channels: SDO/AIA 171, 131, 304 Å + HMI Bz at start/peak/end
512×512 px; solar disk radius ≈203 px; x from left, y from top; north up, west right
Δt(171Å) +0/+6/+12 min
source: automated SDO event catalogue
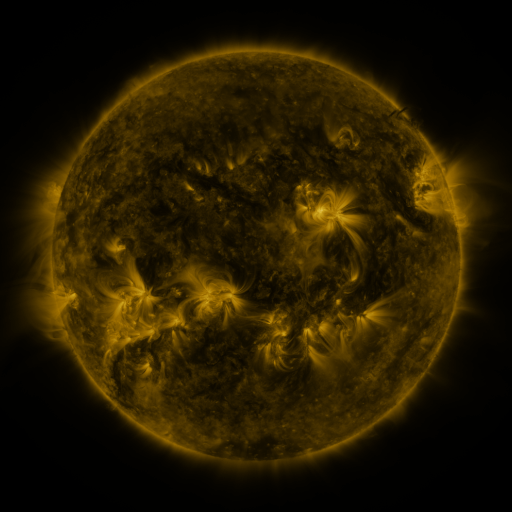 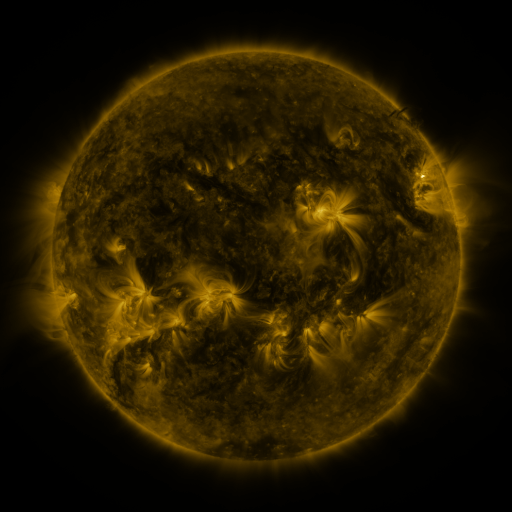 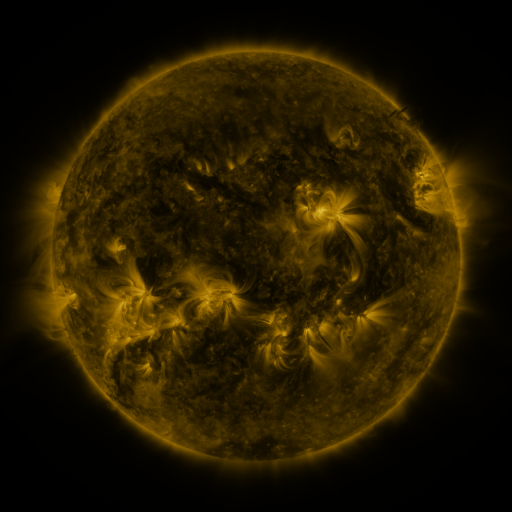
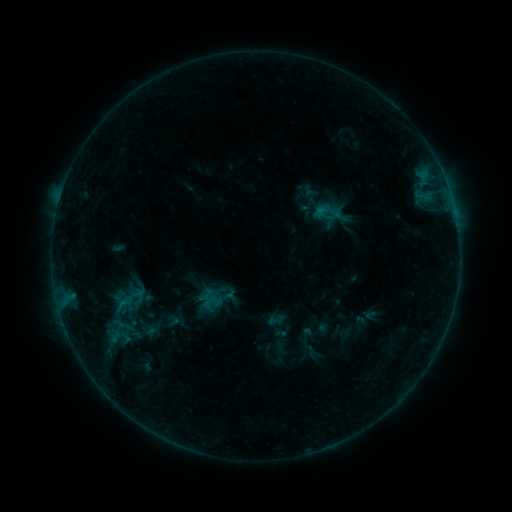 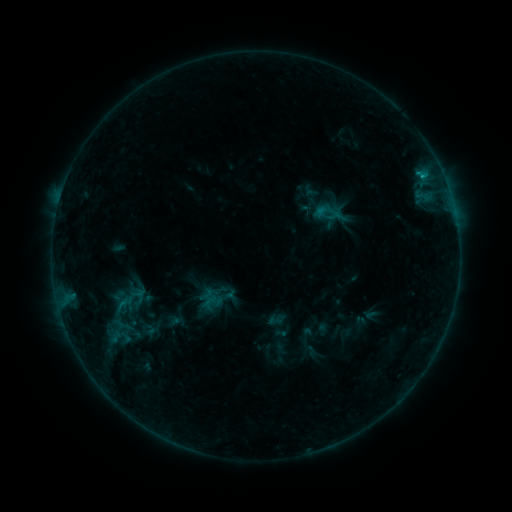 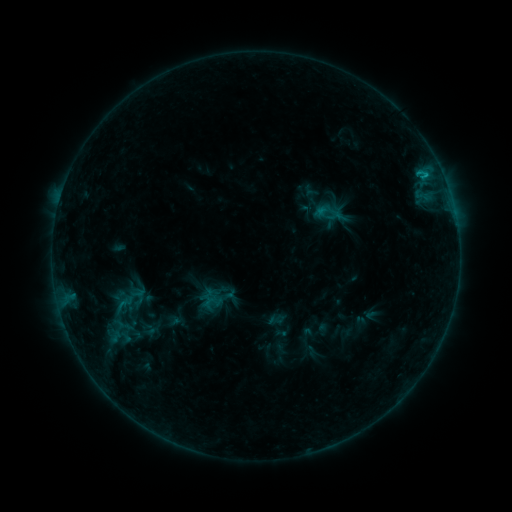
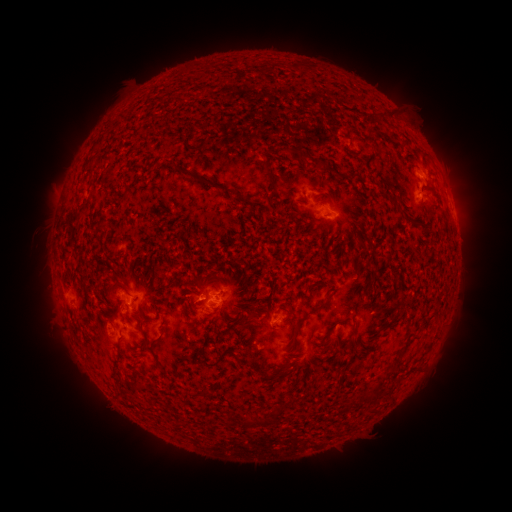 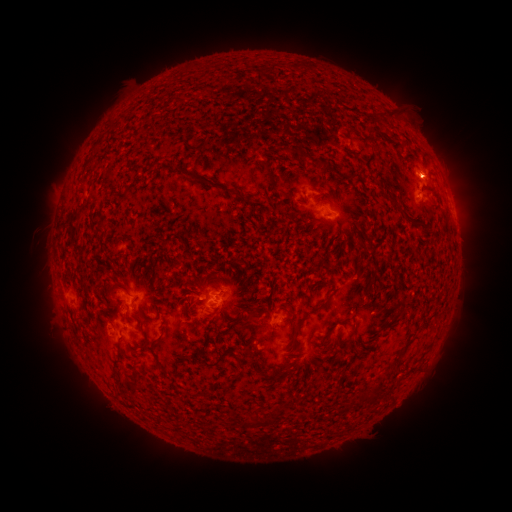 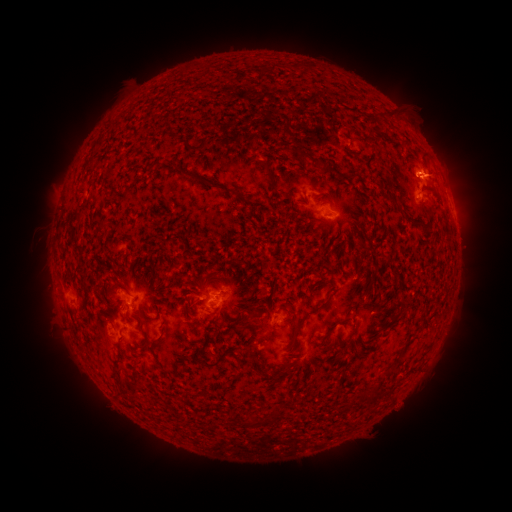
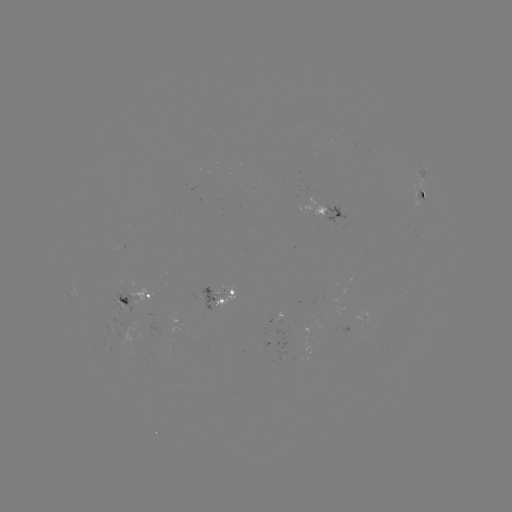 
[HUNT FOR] eruption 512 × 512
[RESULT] (427, 169)